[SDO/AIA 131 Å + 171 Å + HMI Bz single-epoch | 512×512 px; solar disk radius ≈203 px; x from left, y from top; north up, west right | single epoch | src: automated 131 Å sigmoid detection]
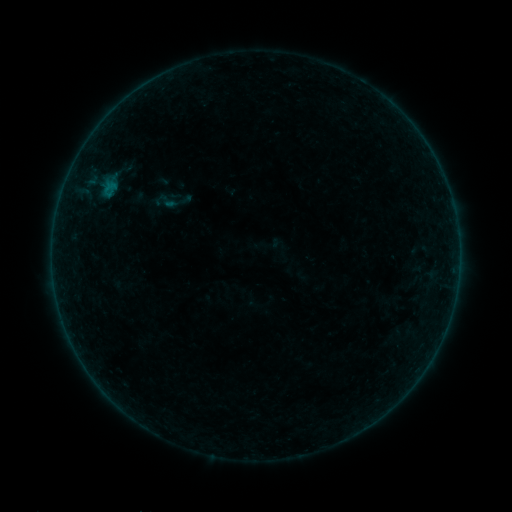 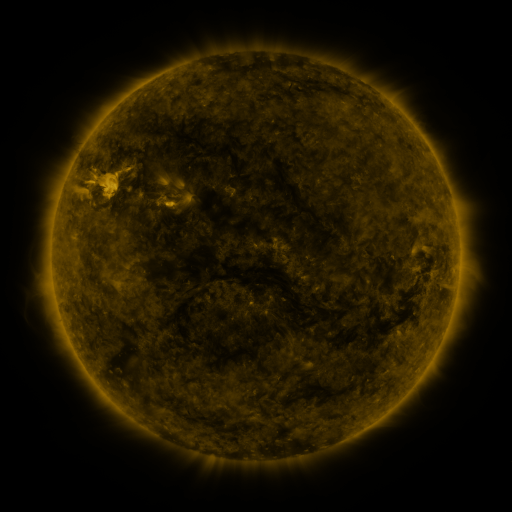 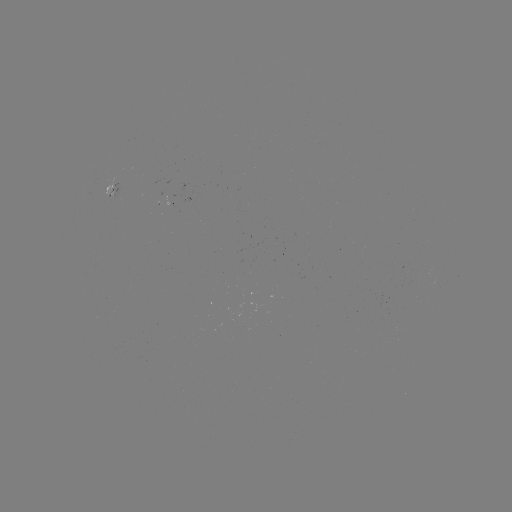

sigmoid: [157, 191, 179, 212]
